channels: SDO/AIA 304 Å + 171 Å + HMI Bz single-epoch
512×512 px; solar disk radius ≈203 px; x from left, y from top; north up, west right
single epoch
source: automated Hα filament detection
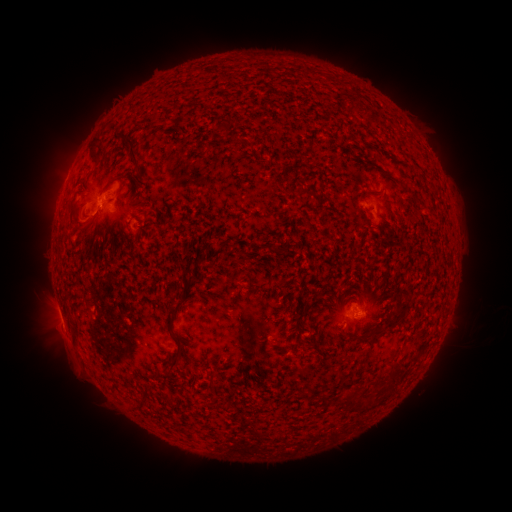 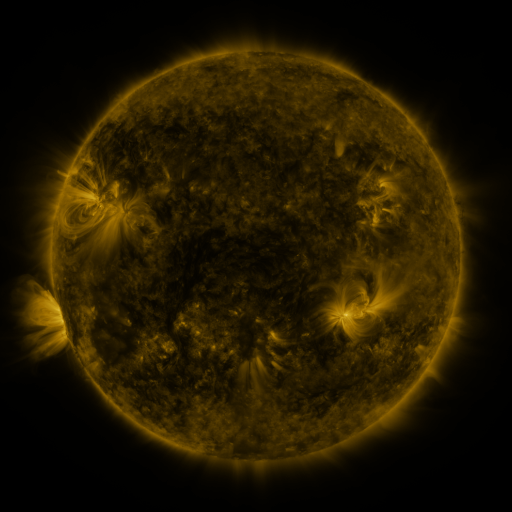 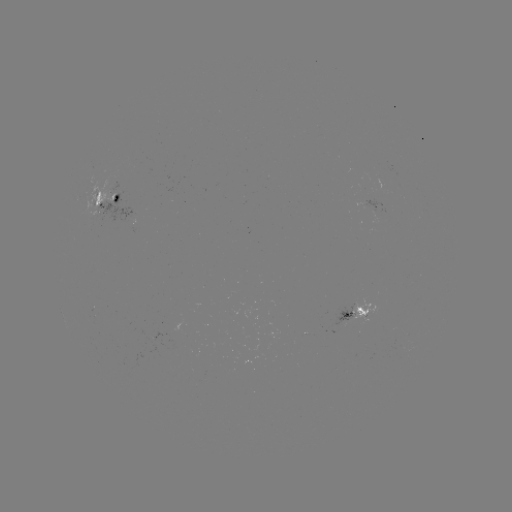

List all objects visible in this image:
filament: (357, 109)
filament: (116, 122)
filament: (220, 128)
filament: (132, 145)
filament: (93, 150)
filament: (109, 183)
filament: (306, 192)
filament: (363, 195)
filament: (80, 217)
filament: (311, 226)
filament: (117, 234)
filament: (175, 289)
filament: (173, 319)
filament: (392, 323)
filament: (304, 346)
filament: (173, 362)
filament: (392, 378)
filament: (325, 399)
filament: (349, 401)
